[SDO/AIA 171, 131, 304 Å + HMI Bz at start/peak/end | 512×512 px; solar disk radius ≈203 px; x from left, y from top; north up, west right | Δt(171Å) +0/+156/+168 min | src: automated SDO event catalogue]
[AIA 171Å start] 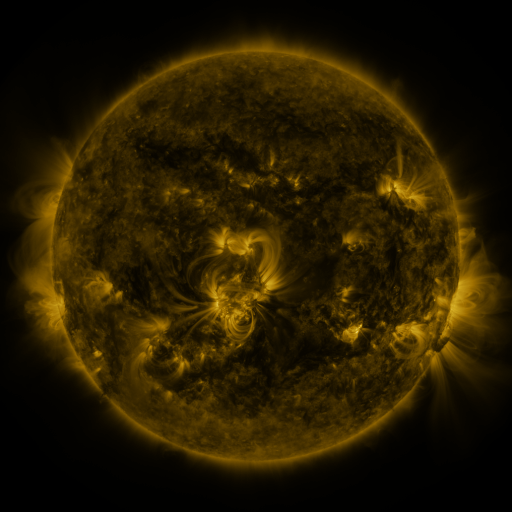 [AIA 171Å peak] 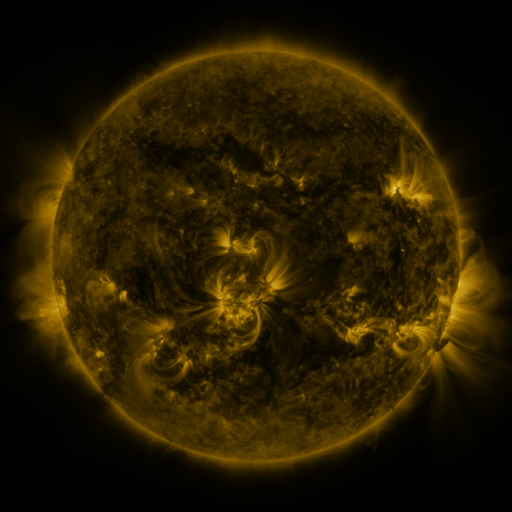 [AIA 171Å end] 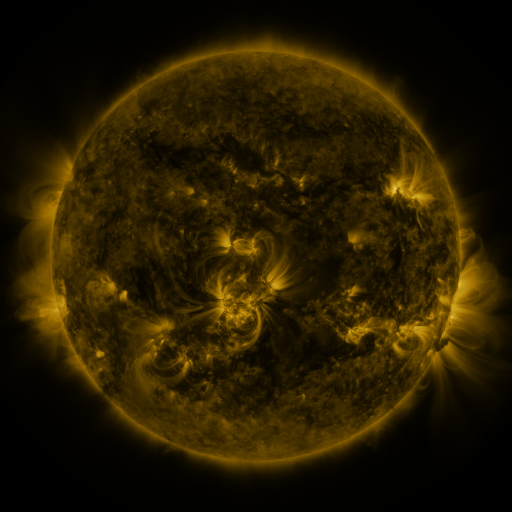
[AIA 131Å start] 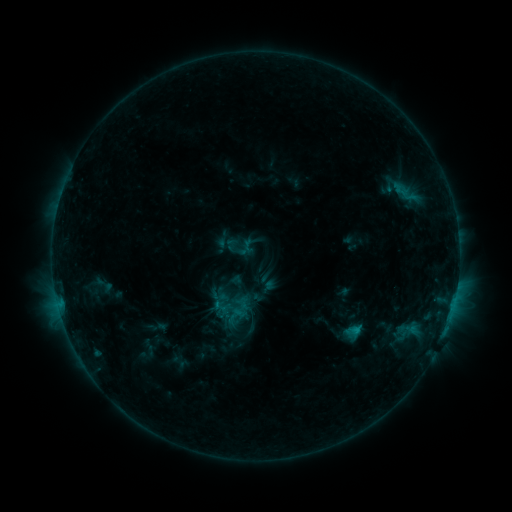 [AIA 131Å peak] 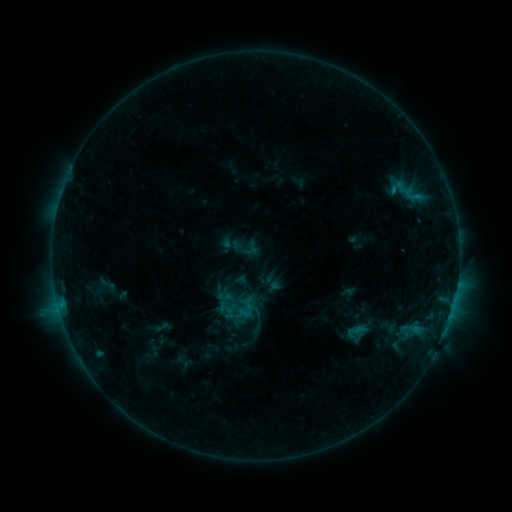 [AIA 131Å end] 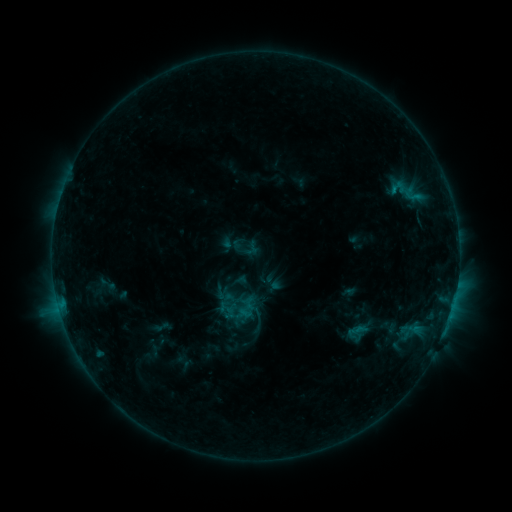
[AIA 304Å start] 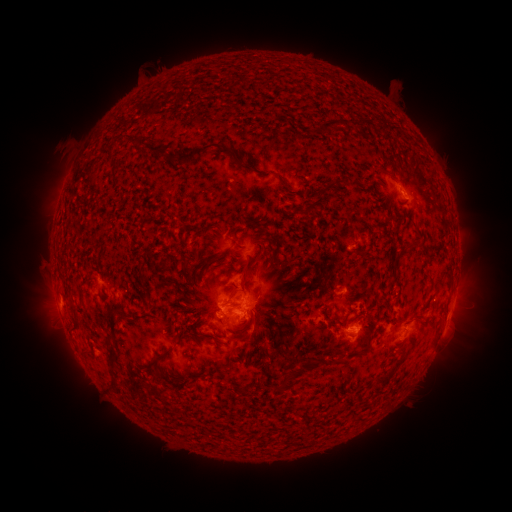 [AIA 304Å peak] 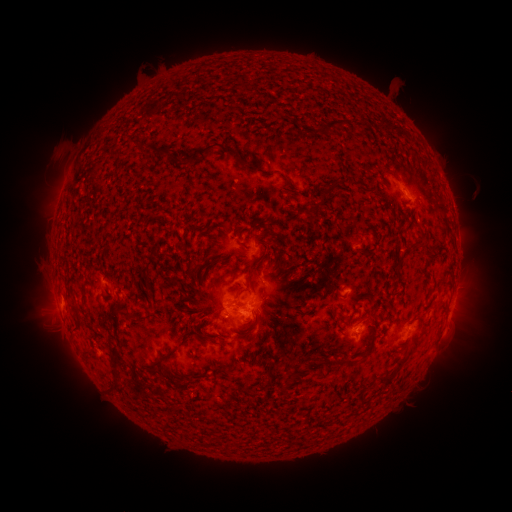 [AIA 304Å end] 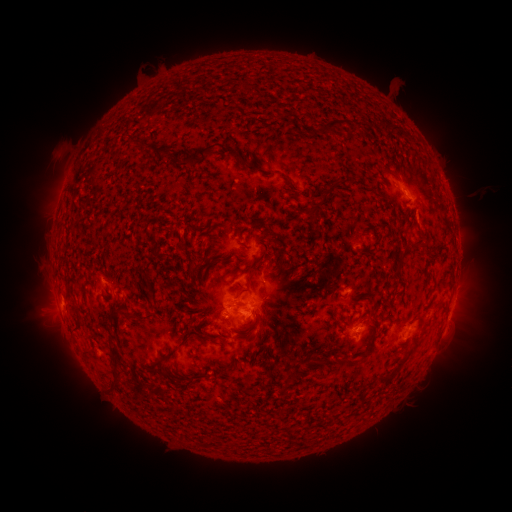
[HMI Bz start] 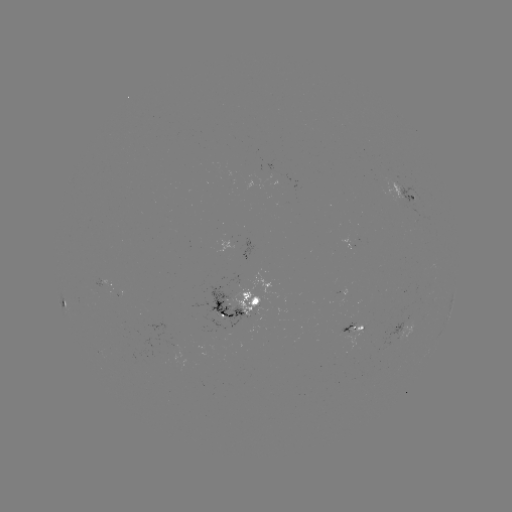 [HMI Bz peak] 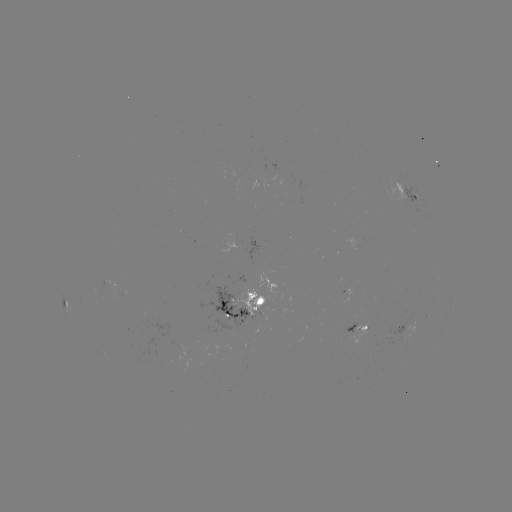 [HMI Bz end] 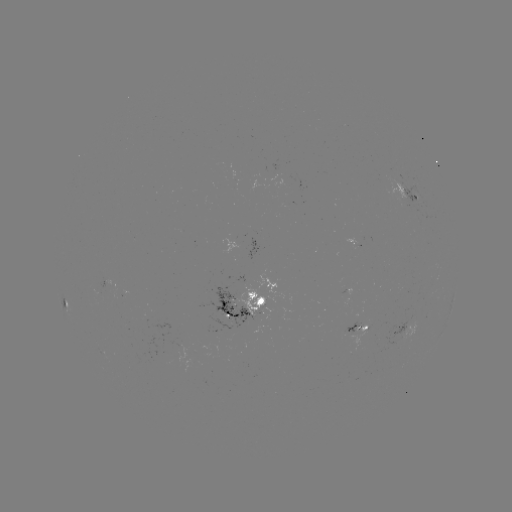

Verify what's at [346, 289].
emerging-flux region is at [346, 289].